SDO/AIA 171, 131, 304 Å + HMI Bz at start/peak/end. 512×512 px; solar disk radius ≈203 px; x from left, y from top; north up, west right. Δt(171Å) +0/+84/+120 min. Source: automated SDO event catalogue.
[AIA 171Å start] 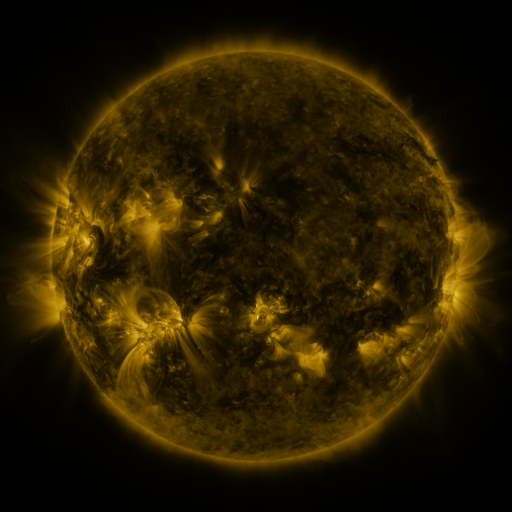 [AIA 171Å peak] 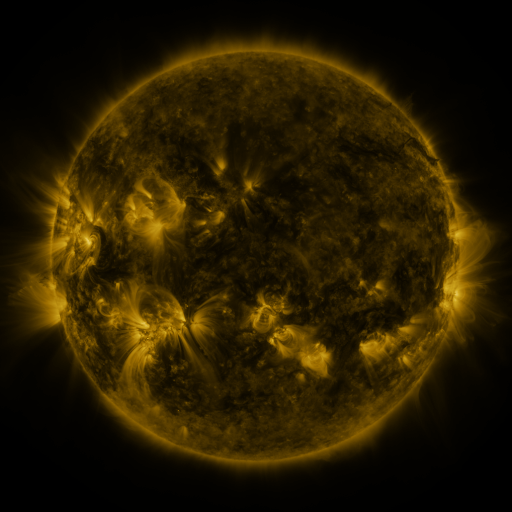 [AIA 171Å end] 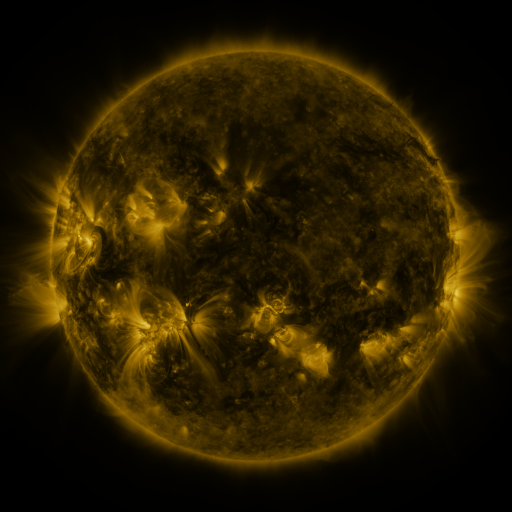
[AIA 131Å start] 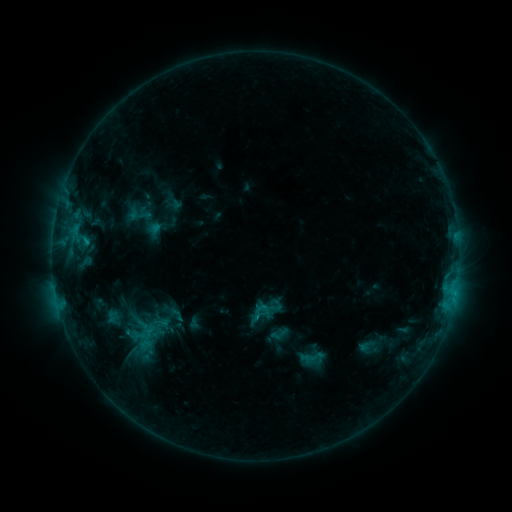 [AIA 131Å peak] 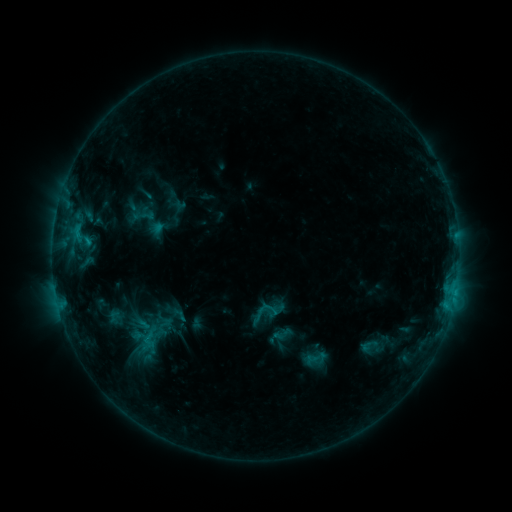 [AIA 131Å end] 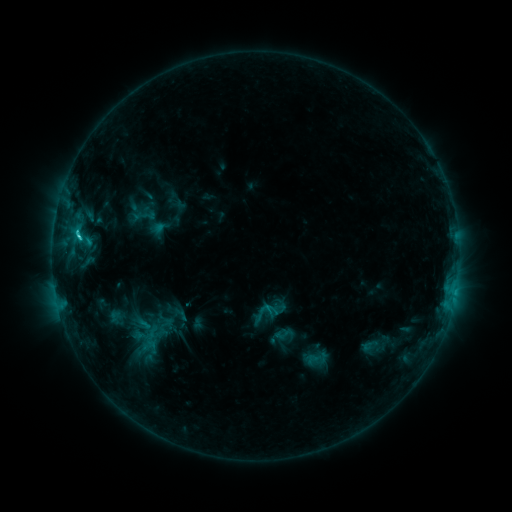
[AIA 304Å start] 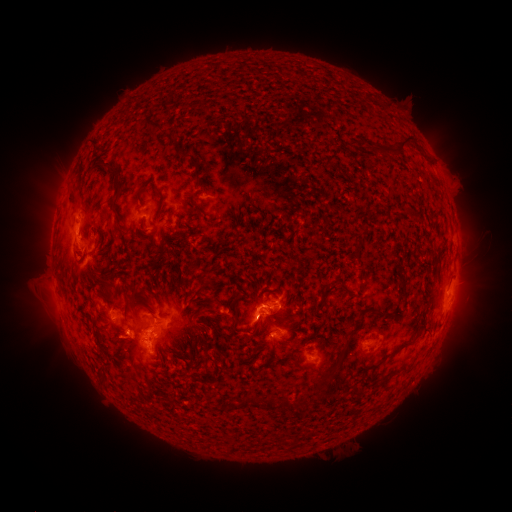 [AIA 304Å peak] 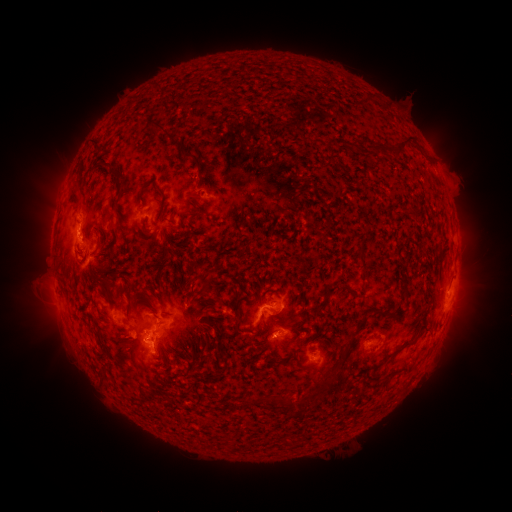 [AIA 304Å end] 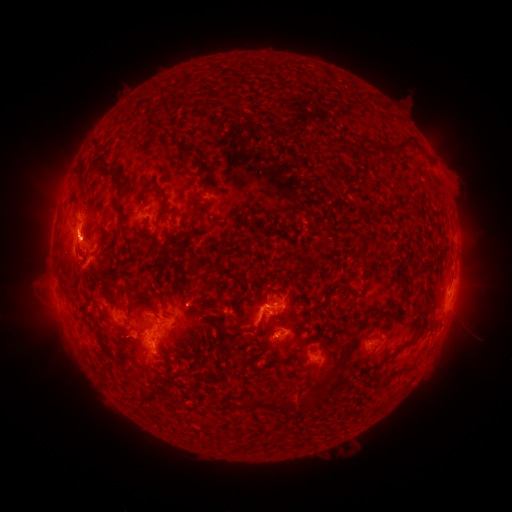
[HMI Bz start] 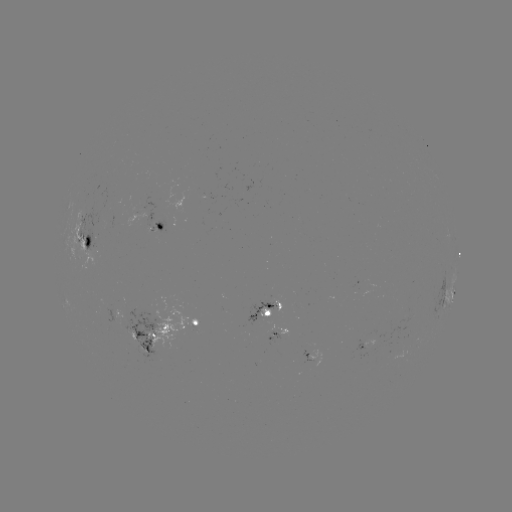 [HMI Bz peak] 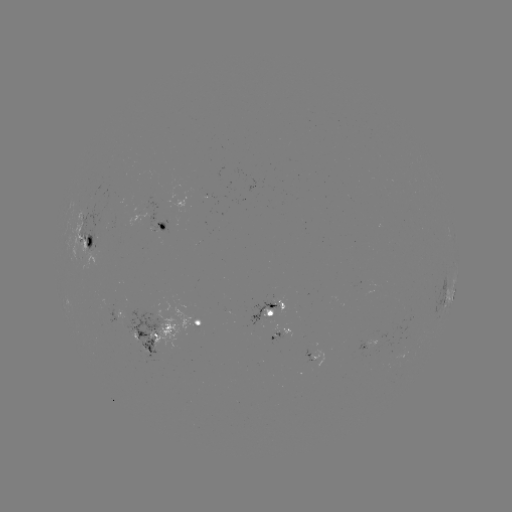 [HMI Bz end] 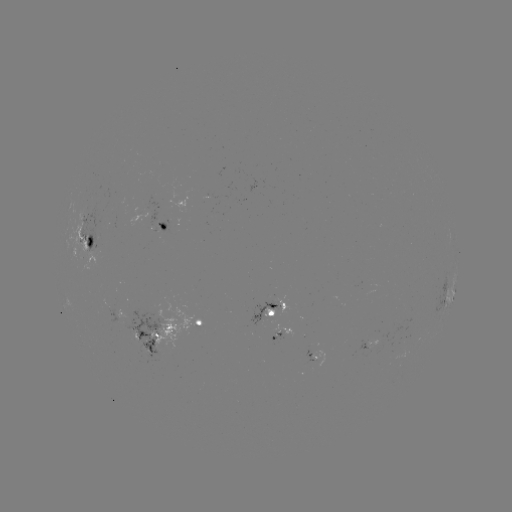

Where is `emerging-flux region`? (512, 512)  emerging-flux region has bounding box [366, 340, 382, 348].